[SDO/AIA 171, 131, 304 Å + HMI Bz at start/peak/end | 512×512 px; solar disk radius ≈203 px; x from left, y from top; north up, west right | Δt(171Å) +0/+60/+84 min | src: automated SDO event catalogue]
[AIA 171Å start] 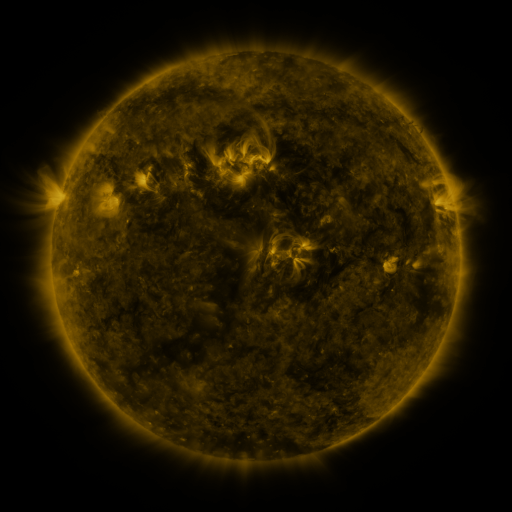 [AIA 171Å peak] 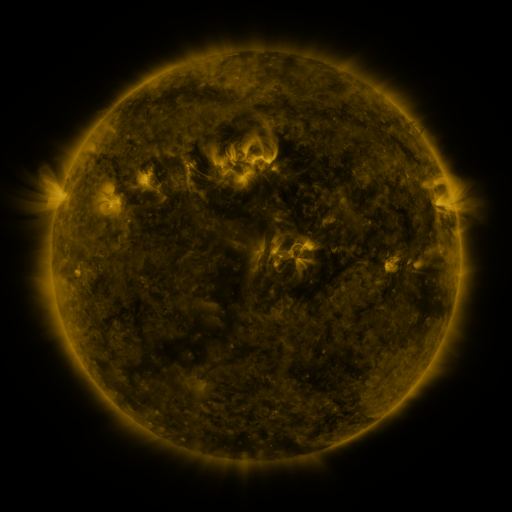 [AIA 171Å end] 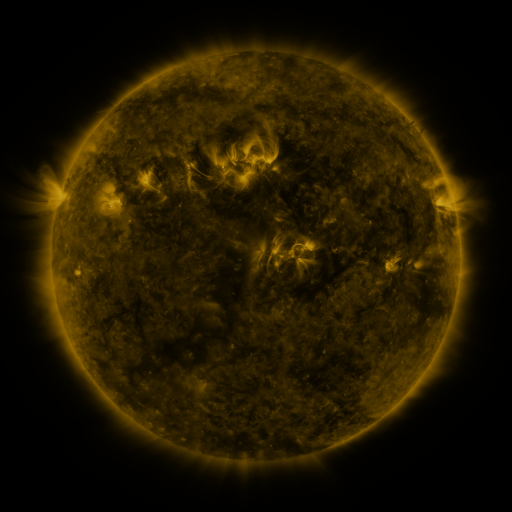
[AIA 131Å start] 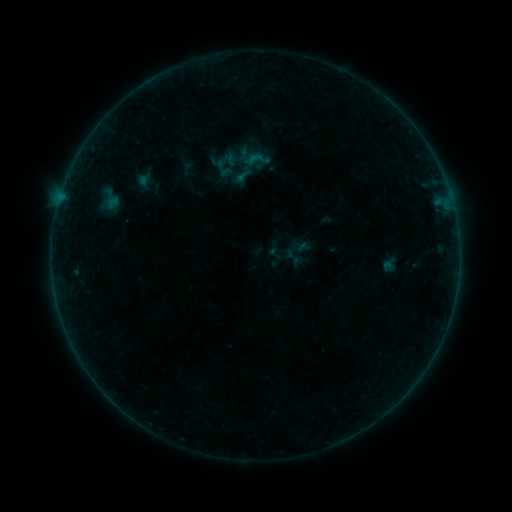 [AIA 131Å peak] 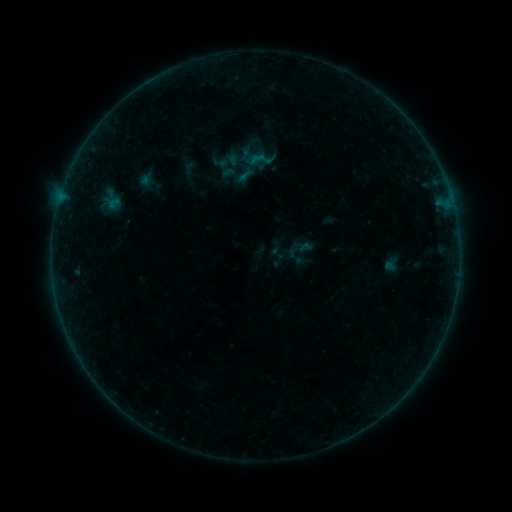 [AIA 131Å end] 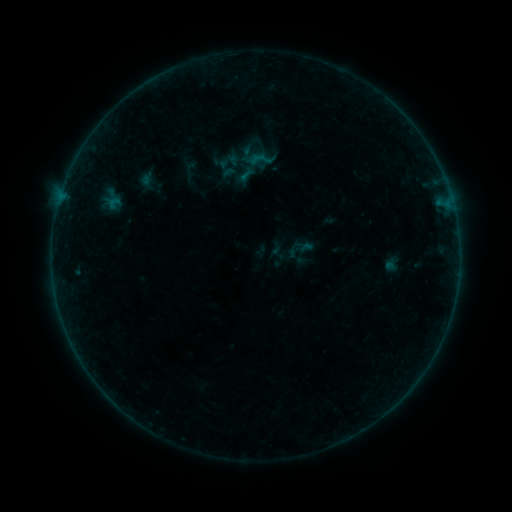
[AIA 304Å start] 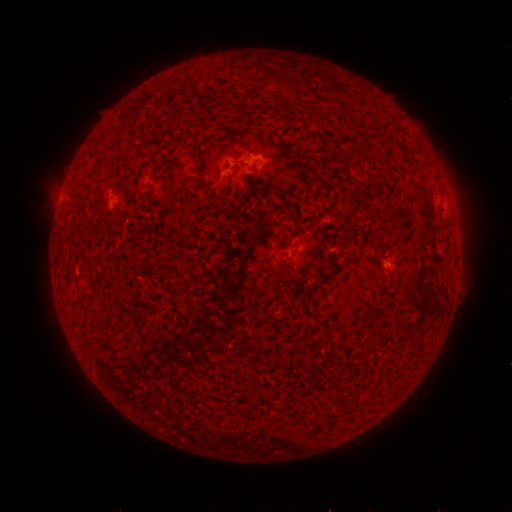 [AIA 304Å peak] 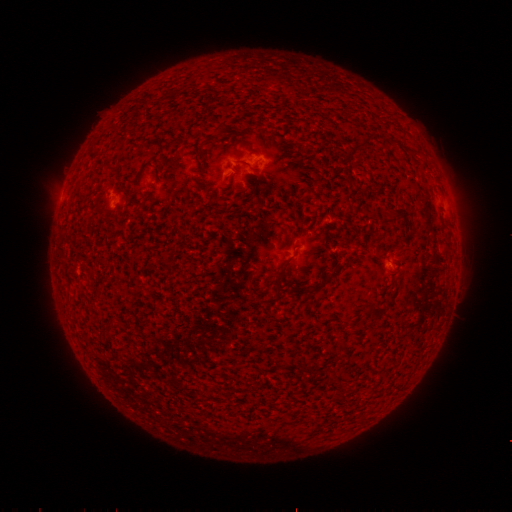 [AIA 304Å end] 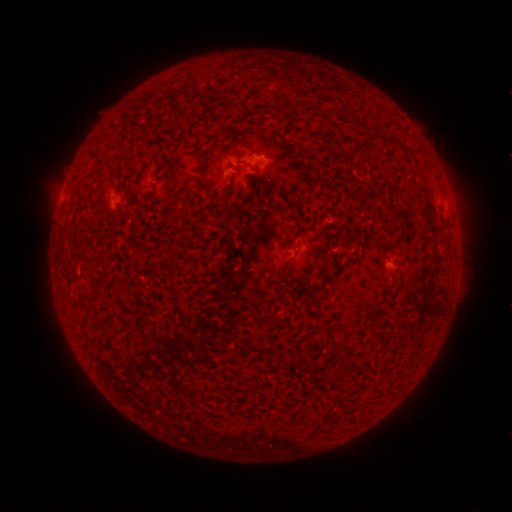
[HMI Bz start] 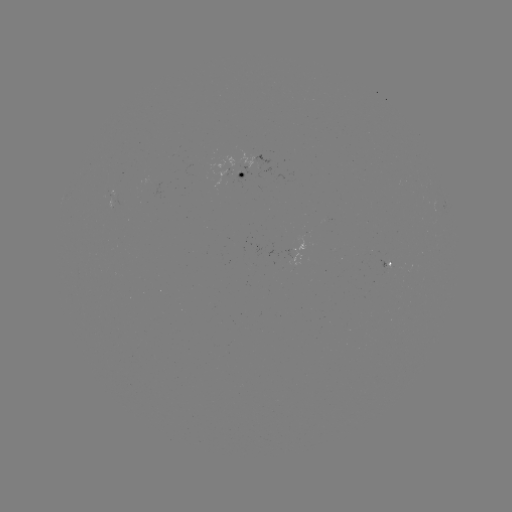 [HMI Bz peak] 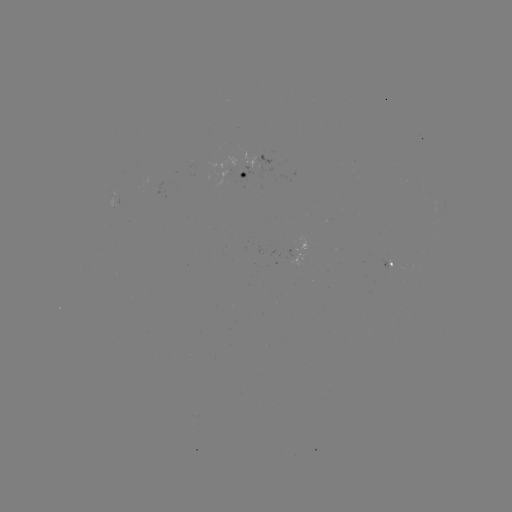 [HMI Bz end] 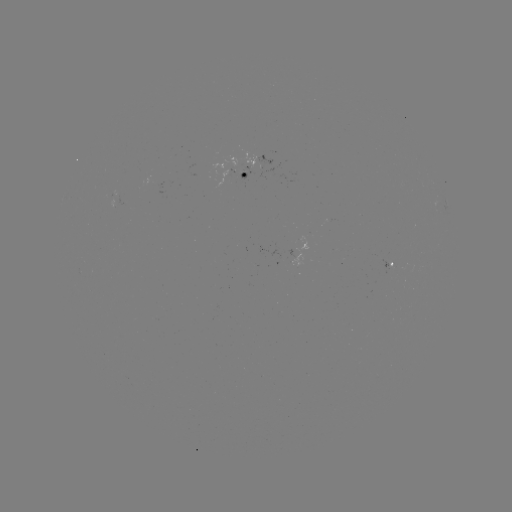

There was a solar emerging-flux region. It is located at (241, 164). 